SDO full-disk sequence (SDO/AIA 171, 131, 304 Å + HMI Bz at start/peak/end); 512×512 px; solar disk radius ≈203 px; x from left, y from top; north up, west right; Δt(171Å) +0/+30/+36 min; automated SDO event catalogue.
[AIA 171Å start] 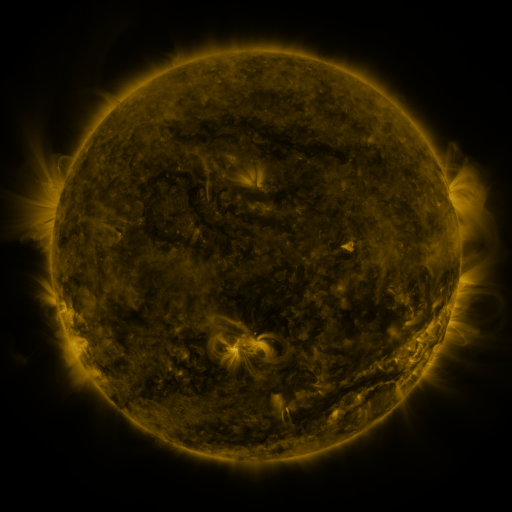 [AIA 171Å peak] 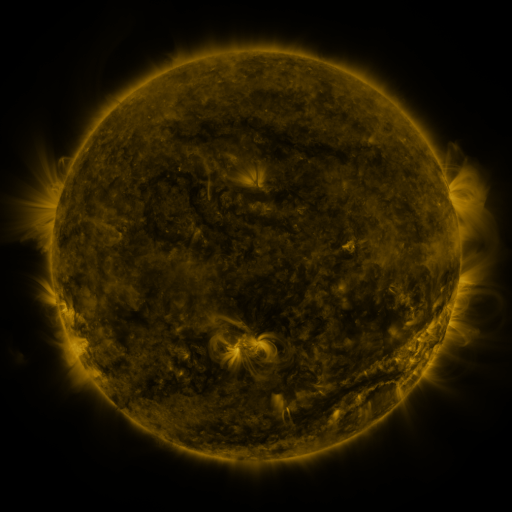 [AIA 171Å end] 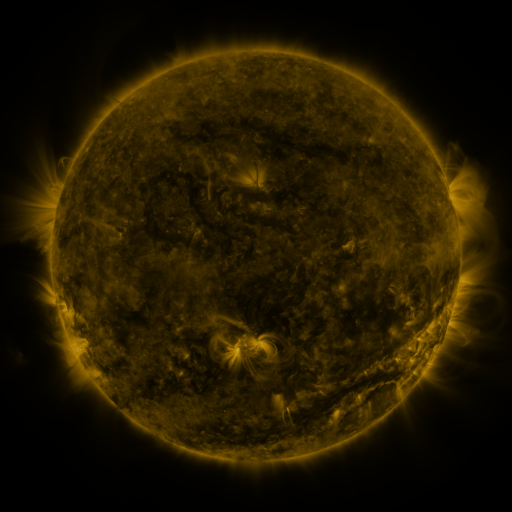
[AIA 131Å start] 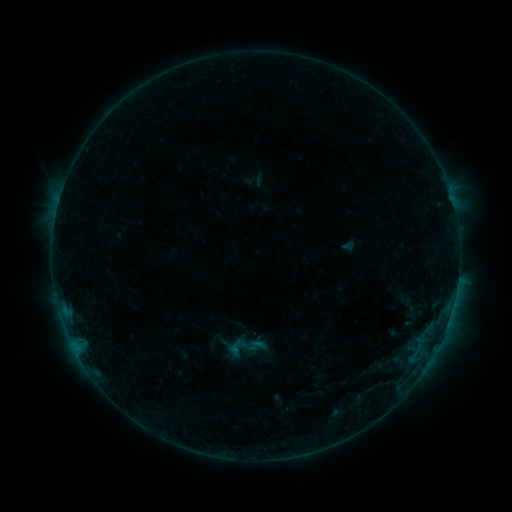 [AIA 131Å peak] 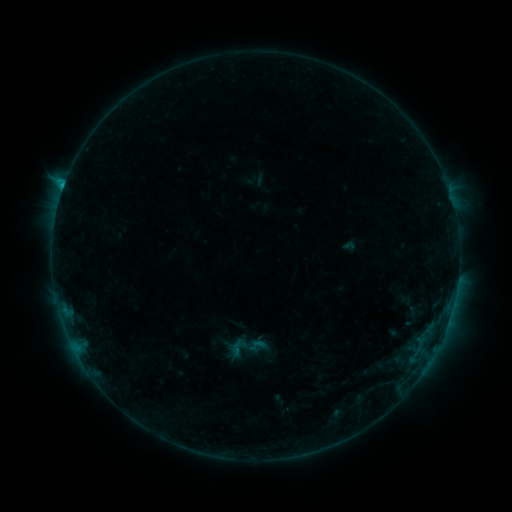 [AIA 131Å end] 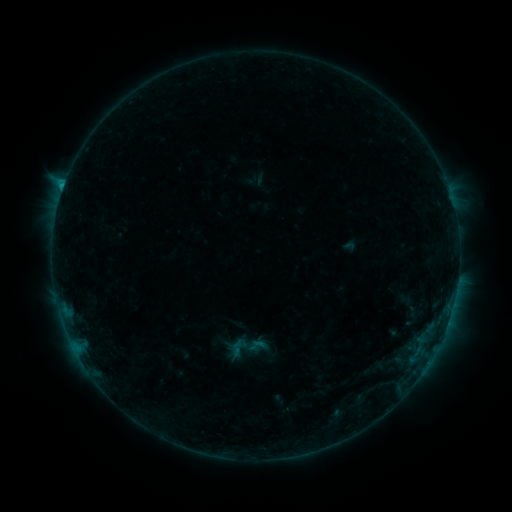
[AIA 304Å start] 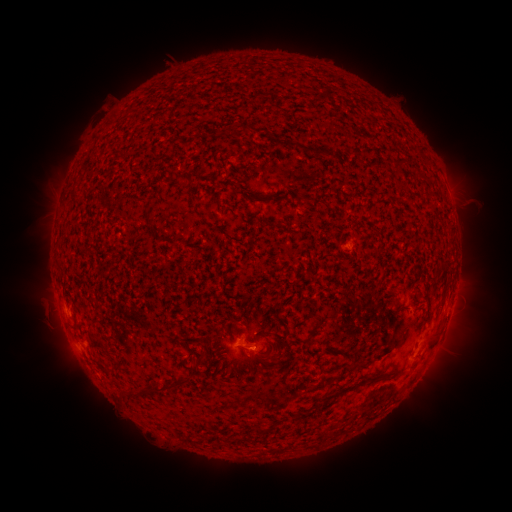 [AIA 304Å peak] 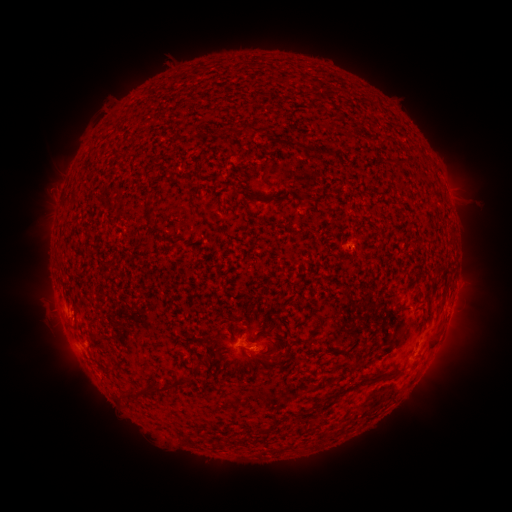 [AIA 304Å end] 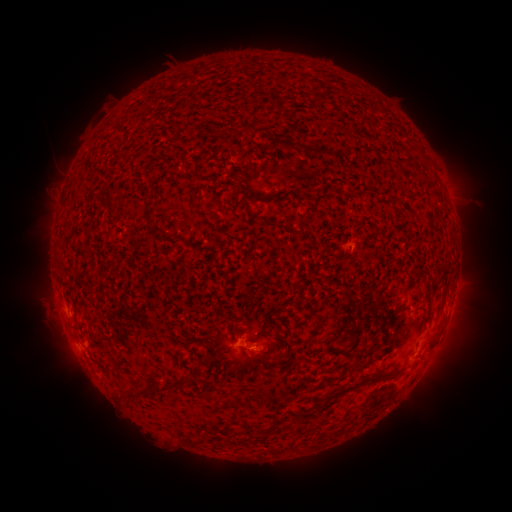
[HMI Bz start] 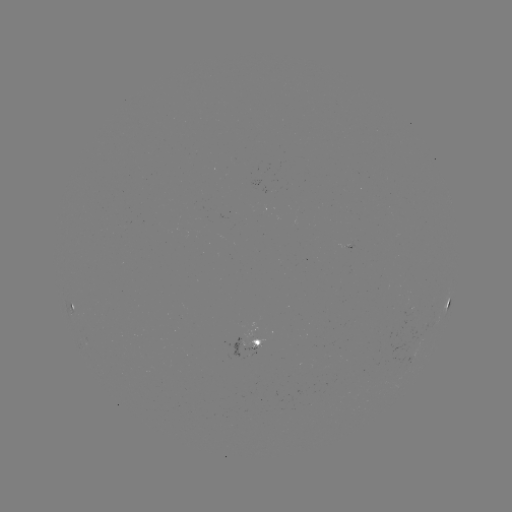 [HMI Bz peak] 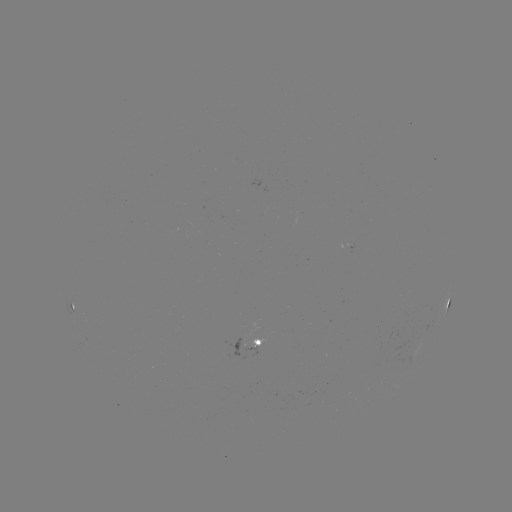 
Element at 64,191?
C1.2 flare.